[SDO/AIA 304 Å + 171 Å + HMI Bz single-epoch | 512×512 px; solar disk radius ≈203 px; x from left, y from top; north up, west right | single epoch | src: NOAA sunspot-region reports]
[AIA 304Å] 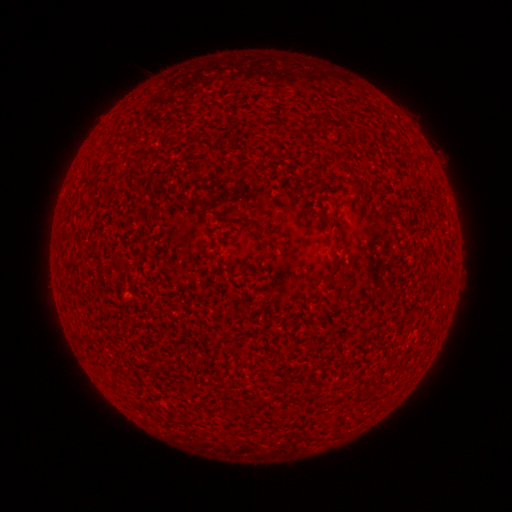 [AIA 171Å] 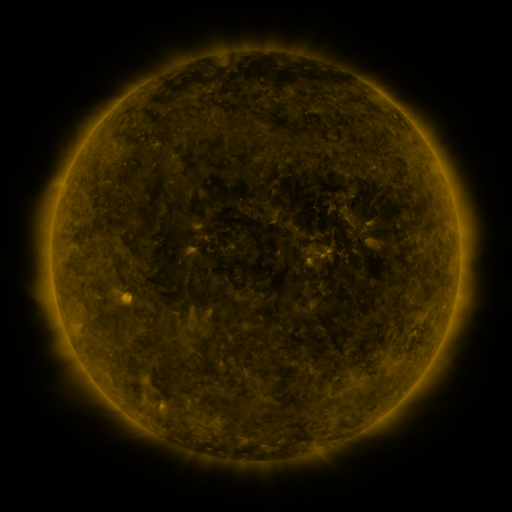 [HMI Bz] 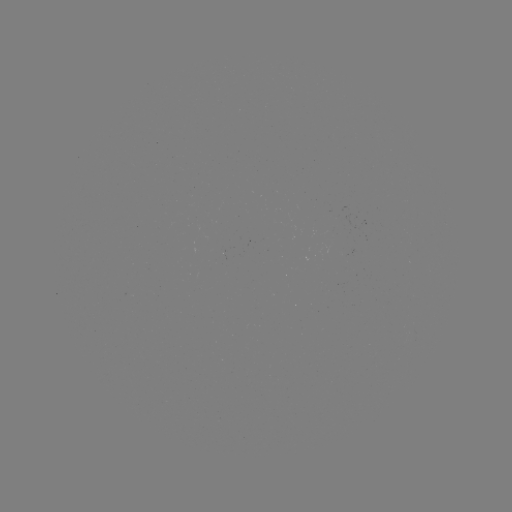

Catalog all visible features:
(none)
